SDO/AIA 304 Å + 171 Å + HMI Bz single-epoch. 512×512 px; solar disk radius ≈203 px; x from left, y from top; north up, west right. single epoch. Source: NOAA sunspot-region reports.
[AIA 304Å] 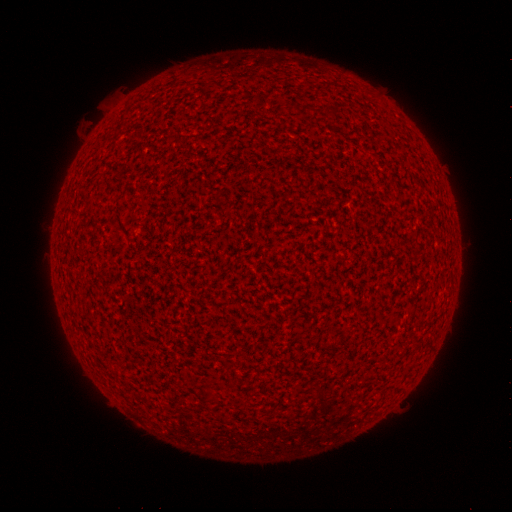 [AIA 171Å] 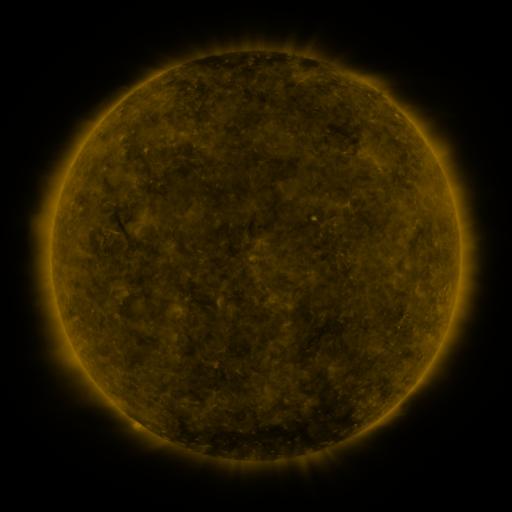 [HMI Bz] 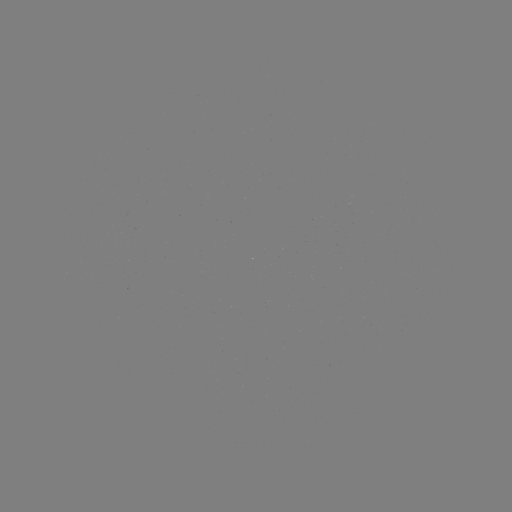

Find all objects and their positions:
(none)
